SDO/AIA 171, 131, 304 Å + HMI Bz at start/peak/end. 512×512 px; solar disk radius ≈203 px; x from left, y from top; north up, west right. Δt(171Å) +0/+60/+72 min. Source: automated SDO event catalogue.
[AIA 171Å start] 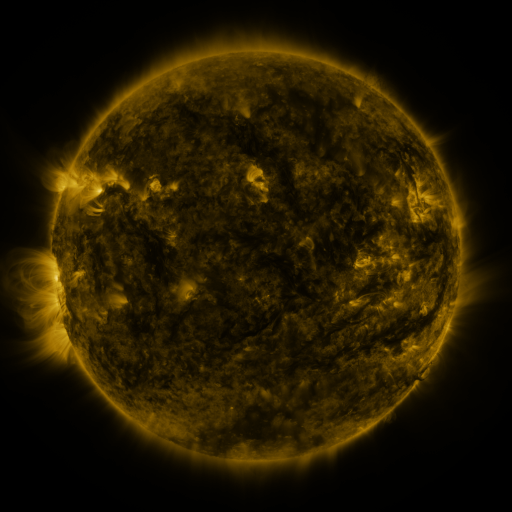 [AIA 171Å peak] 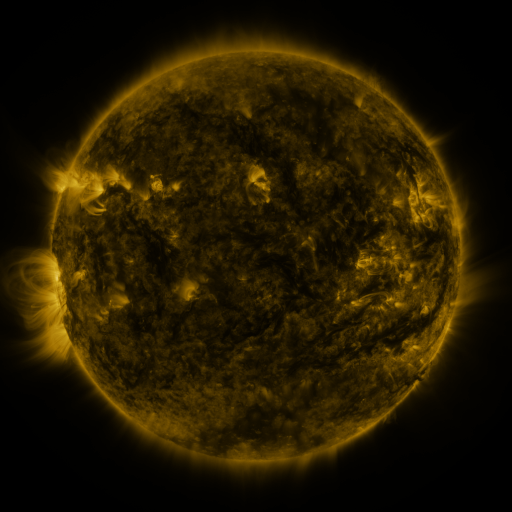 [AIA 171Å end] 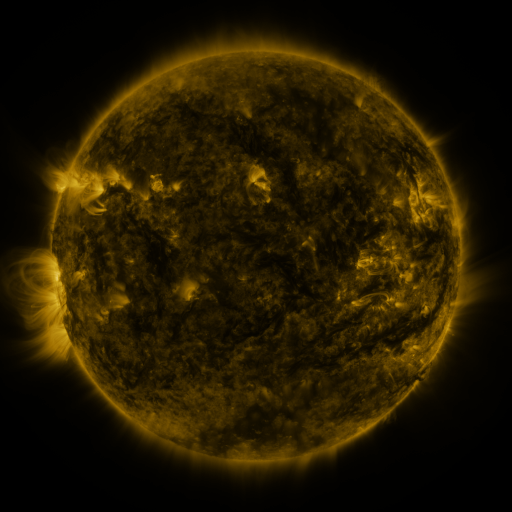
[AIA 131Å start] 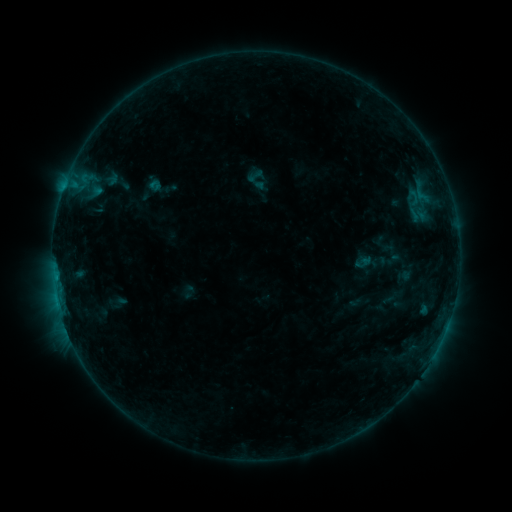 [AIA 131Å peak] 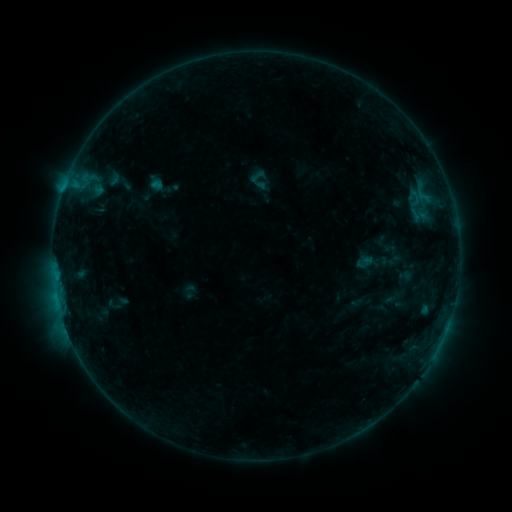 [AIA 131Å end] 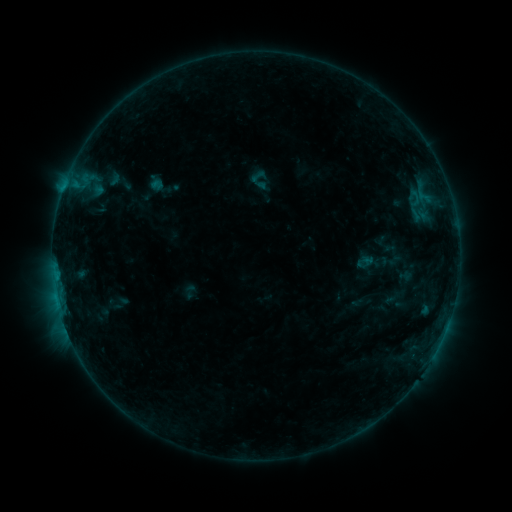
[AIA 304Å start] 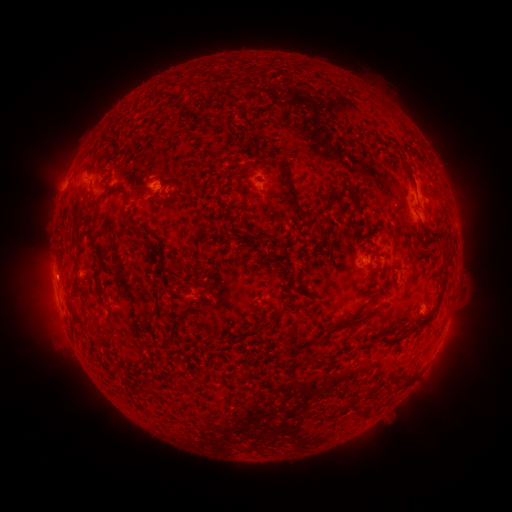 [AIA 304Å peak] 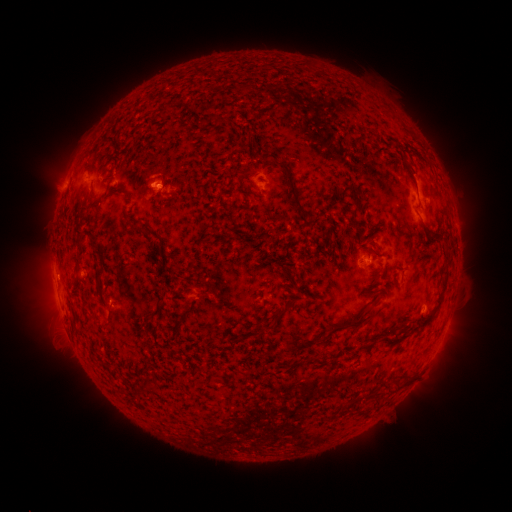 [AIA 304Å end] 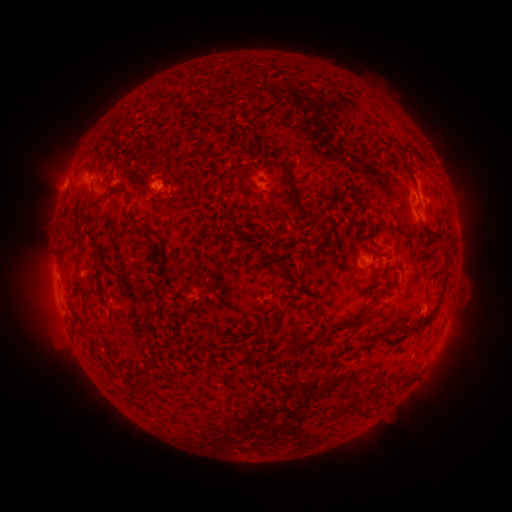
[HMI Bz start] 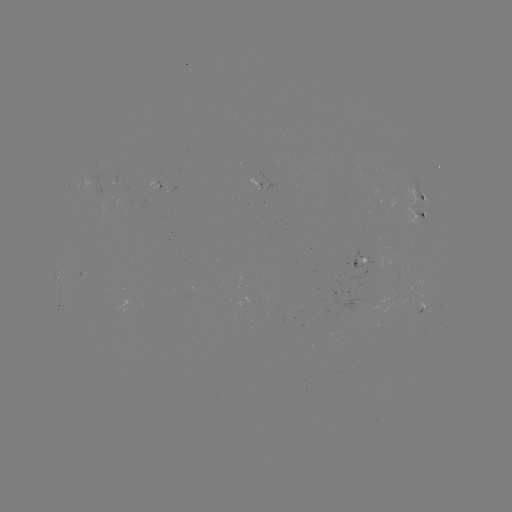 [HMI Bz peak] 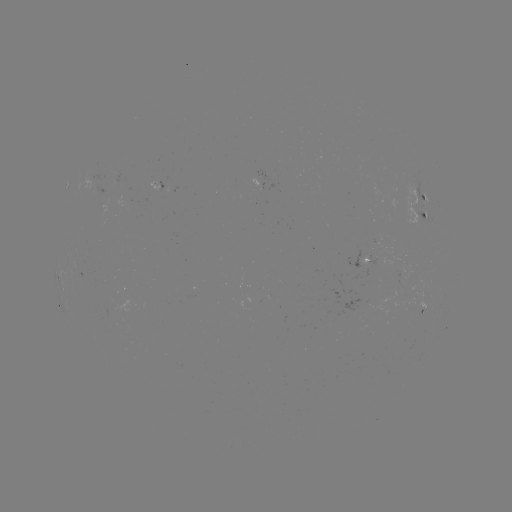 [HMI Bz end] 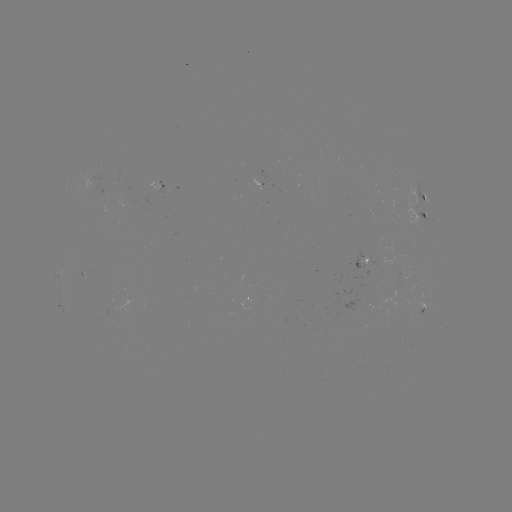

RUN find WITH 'emerging-flux region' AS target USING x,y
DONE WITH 414,205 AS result